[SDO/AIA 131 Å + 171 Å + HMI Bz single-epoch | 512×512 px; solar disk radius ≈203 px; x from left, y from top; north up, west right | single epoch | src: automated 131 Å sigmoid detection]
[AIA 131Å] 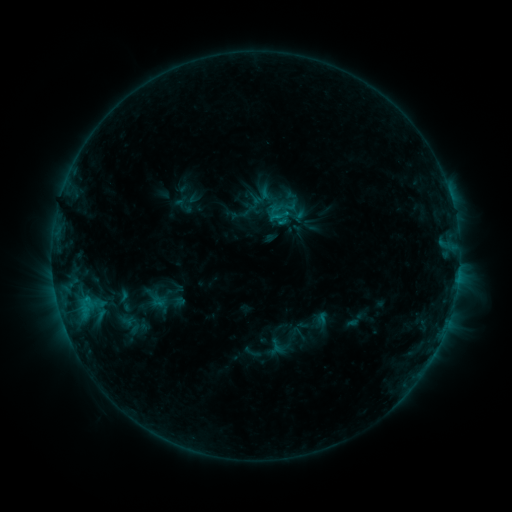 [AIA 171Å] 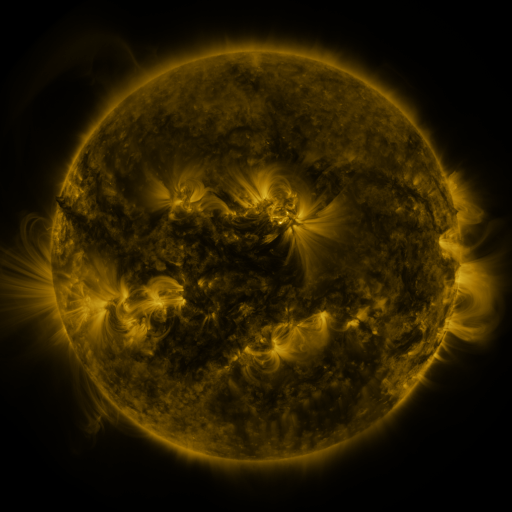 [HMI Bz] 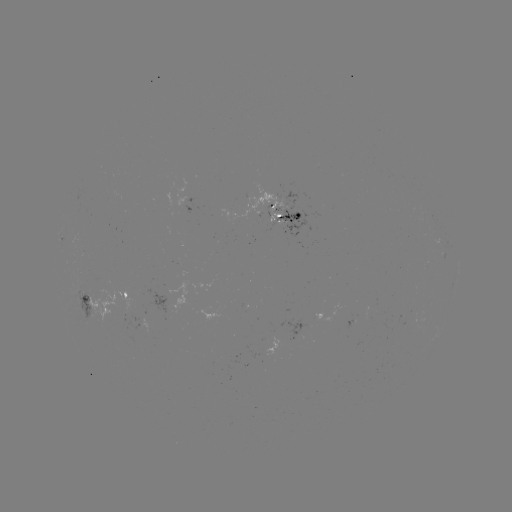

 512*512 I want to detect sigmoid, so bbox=[237, 215, 264, 241].